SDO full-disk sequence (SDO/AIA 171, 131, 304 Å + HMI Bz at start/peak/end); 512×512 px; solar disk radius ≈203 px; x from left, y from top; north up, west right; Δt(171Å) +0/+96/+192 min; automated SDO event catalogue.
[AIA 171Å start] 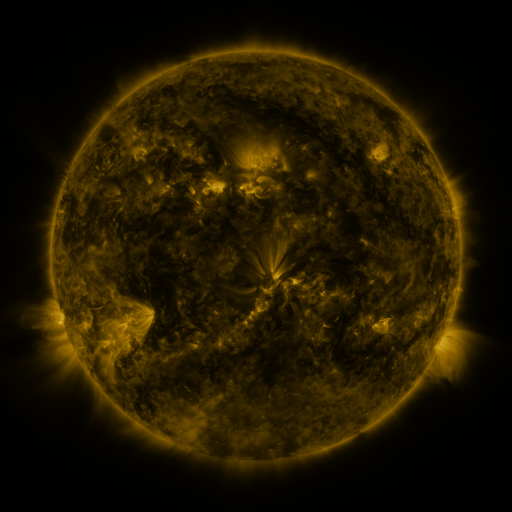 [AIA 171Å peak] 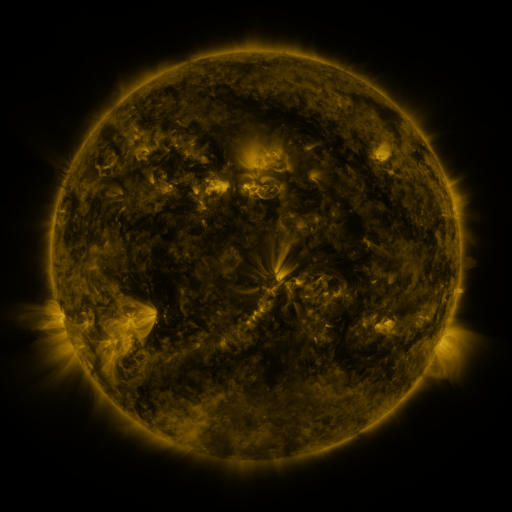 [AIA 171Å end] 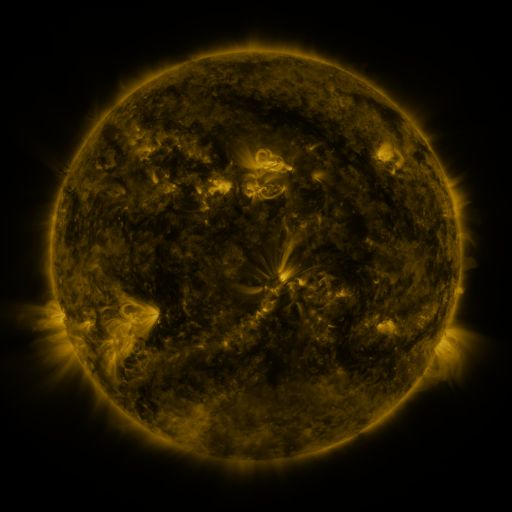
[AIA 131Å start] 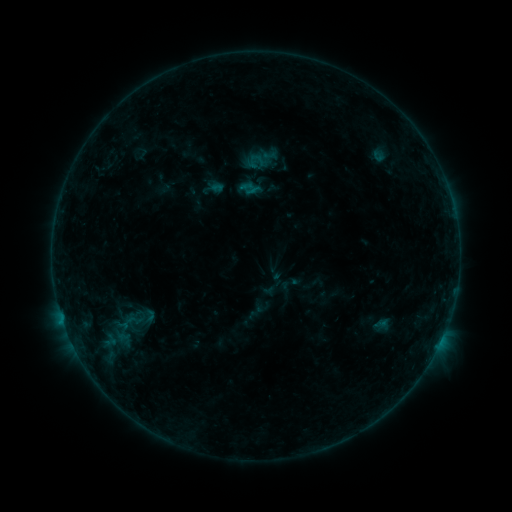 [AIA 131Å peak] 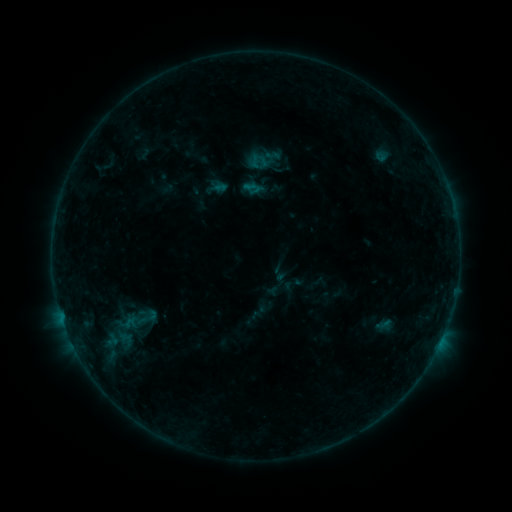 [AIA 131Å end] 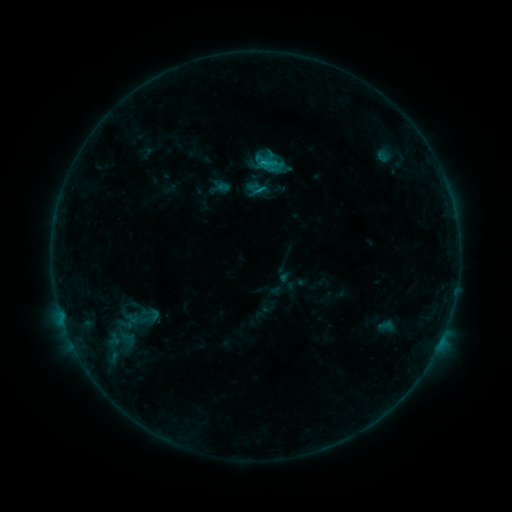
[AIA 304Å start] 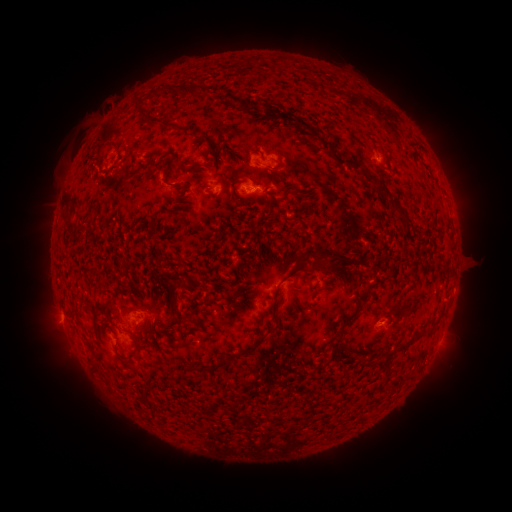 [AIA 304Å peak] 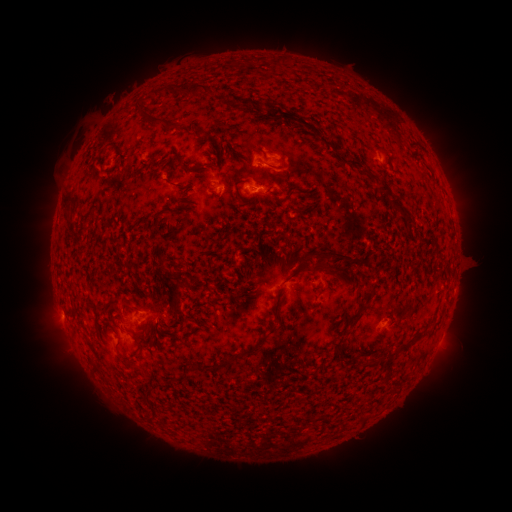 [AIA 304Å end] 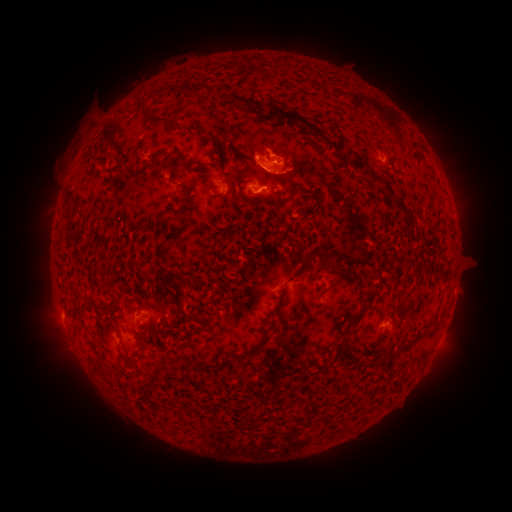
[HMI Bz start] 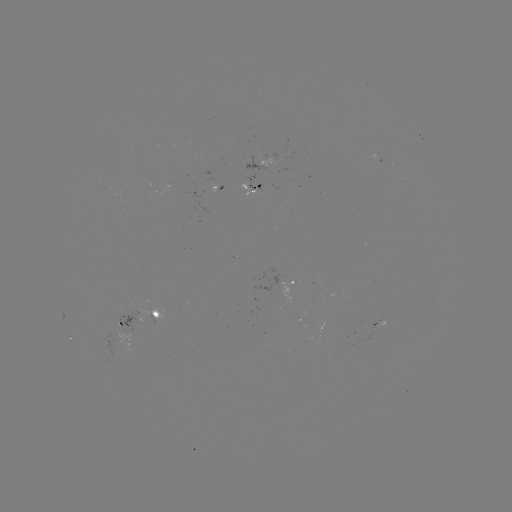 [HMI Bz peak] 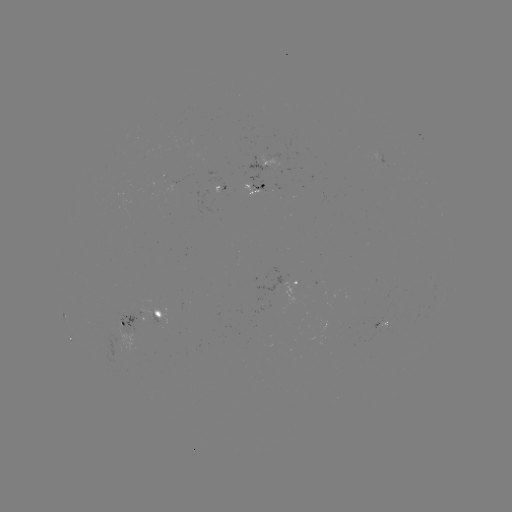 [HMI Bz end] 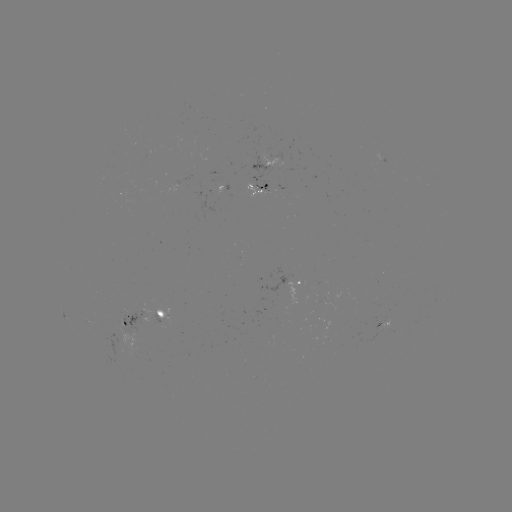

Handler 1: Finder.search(filament eruption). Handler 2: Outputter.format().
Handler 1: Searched filament eruption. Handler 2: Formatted (277, 158).